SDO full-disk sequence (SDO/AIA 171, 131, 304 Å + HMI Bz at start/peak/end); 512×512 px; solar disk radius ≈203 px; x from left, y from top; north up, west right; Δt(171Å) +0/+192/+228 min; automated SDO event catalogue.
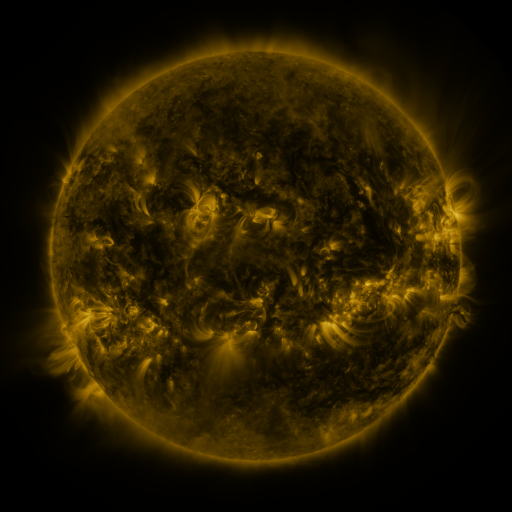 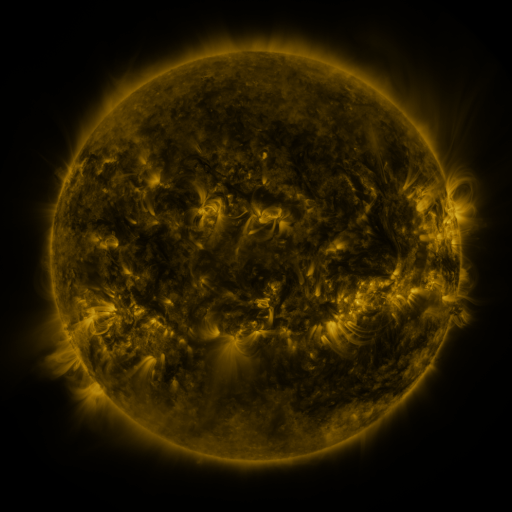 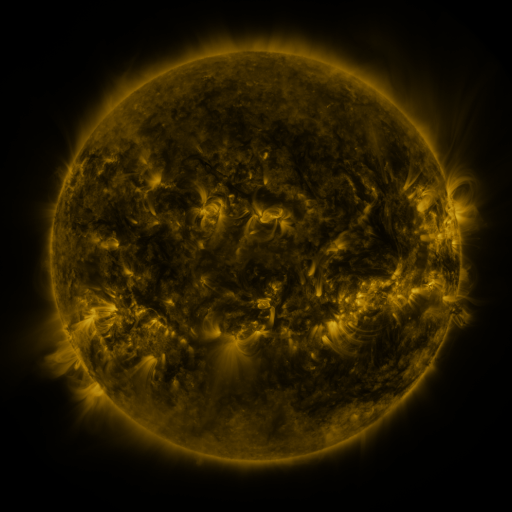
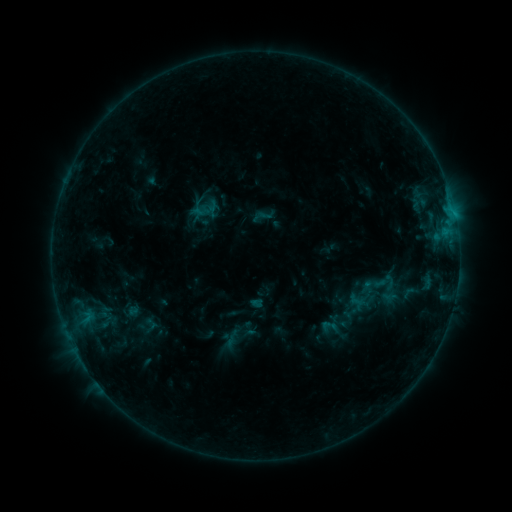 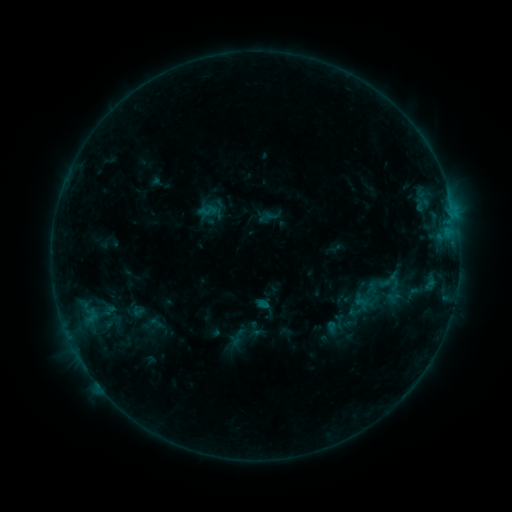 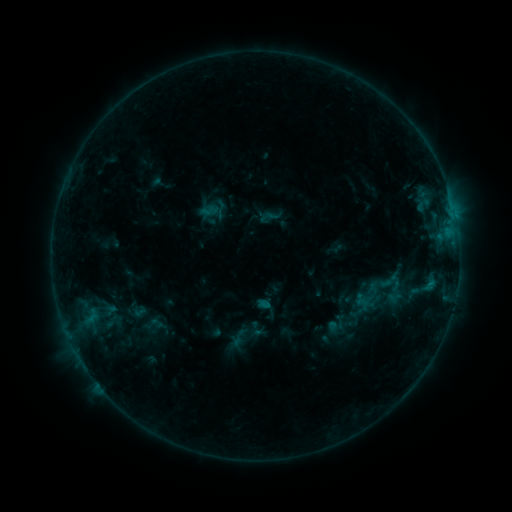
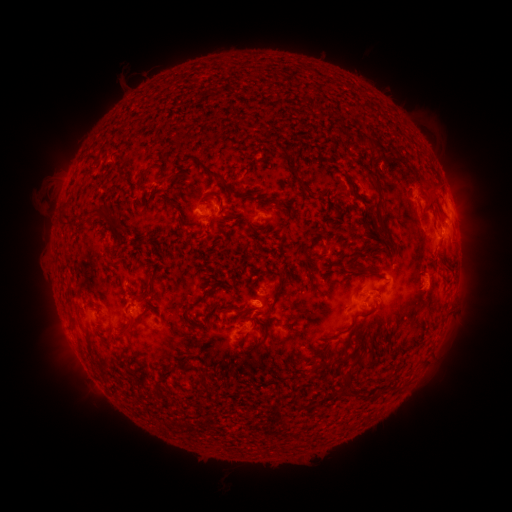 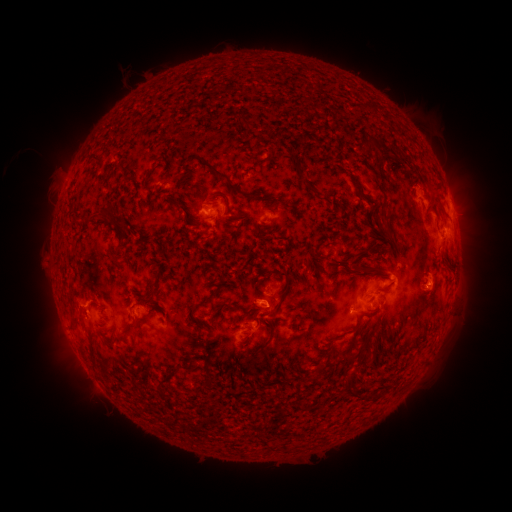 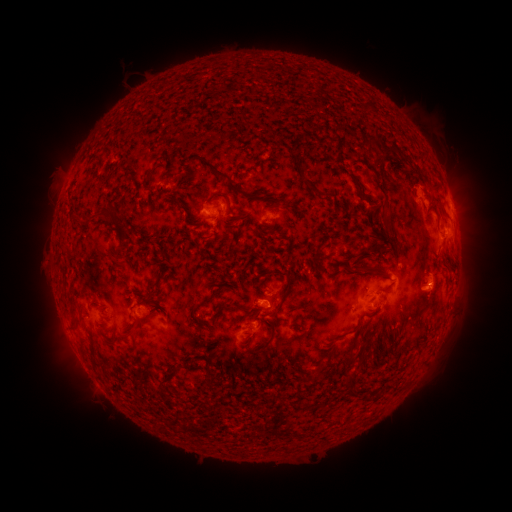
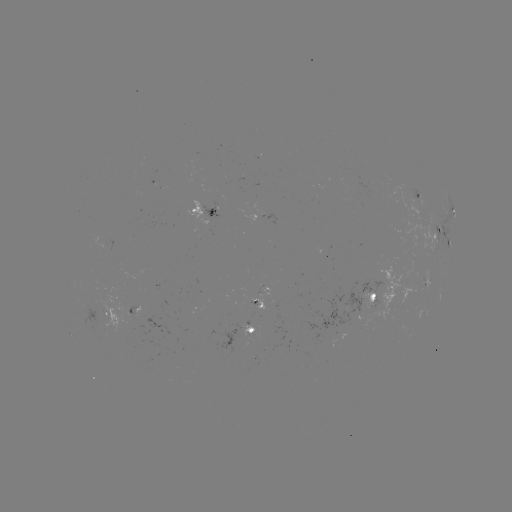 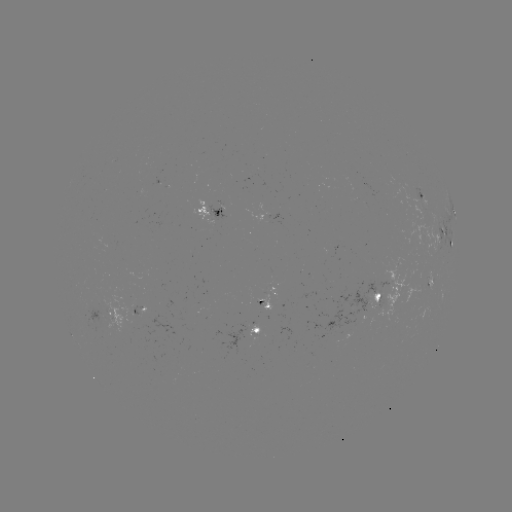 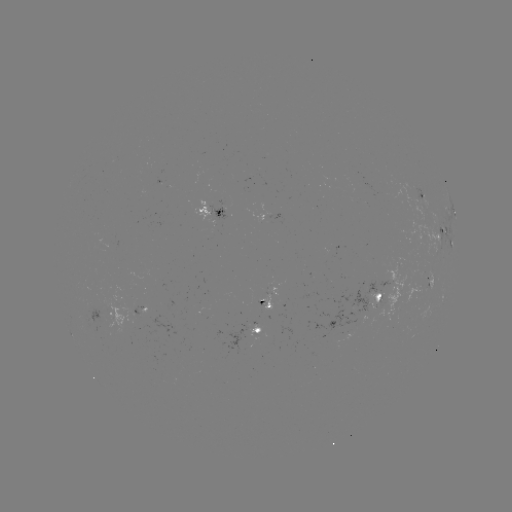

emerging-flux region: <bbox>377, 256, 420, 322</bbox>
